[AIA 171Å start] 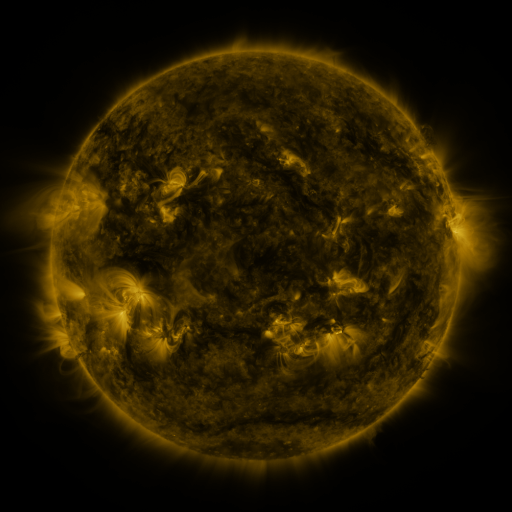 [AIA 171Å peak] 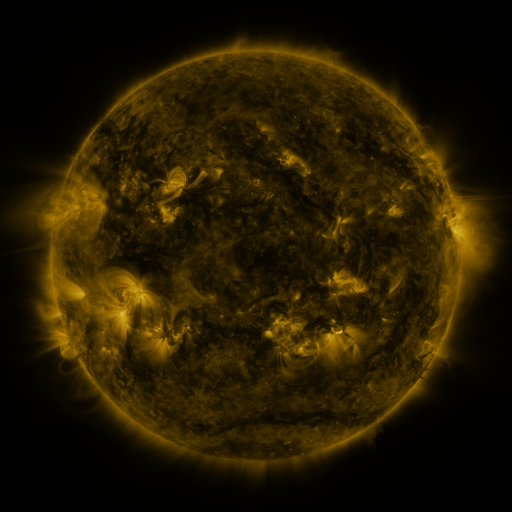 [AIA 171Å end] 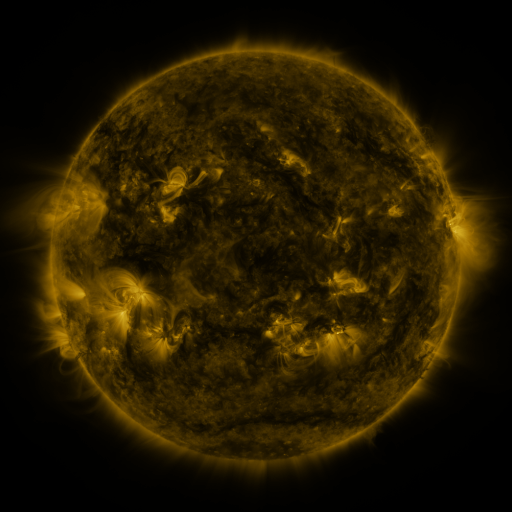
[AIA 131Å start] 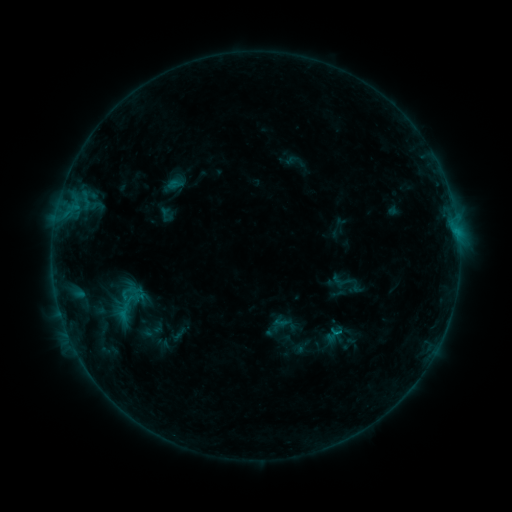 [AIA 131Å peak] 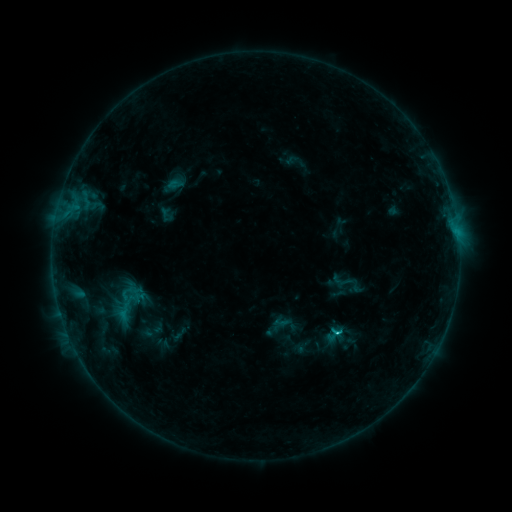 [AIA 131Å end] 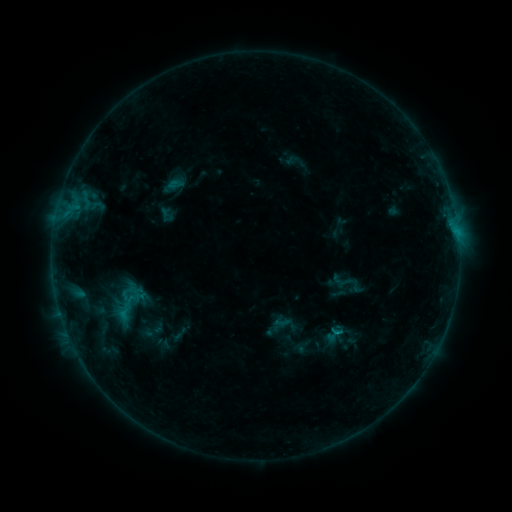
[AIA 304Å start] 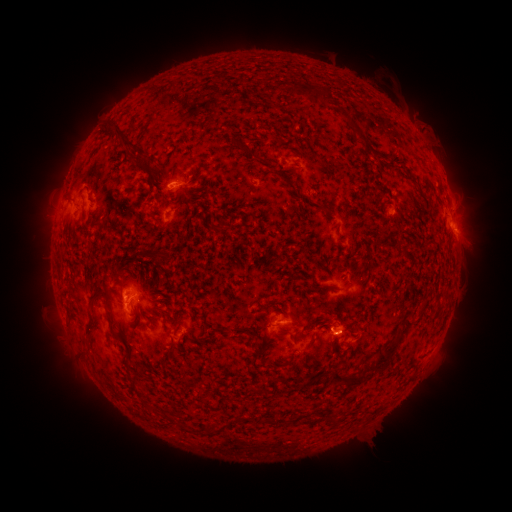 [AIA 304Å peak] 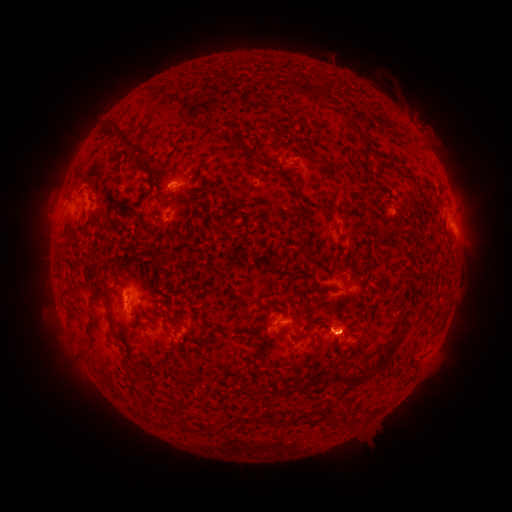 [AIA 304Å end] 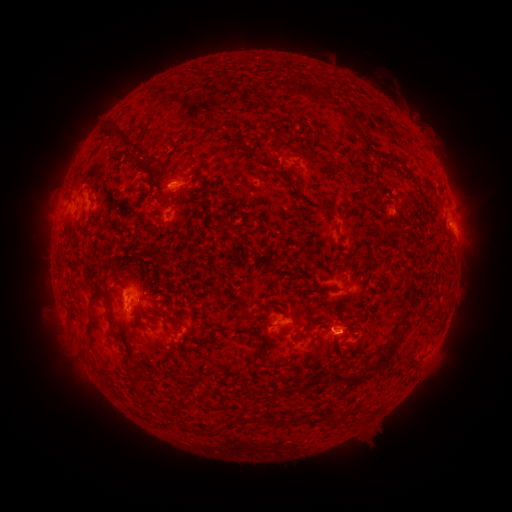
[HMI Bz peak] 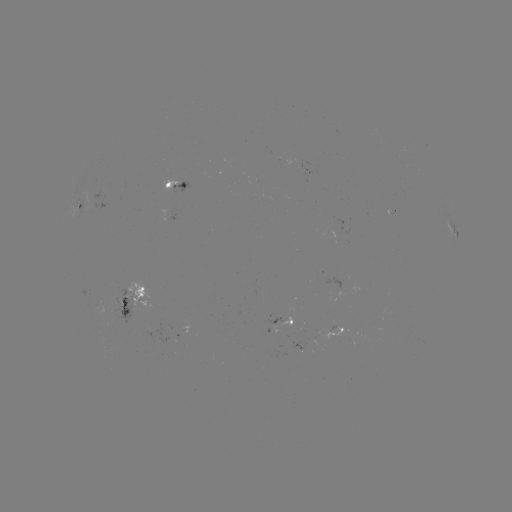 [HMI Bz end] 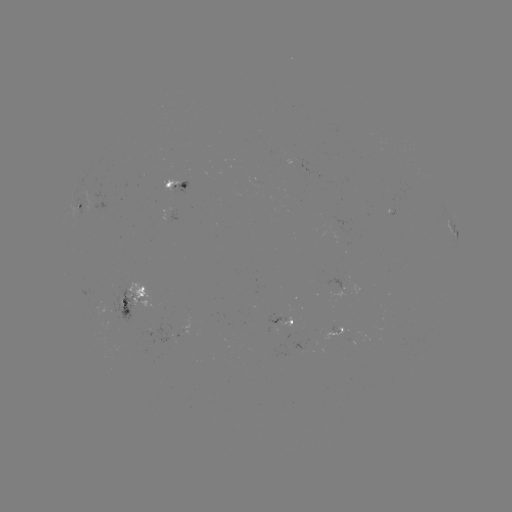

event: flare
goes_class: C1.1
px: (335, 333)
